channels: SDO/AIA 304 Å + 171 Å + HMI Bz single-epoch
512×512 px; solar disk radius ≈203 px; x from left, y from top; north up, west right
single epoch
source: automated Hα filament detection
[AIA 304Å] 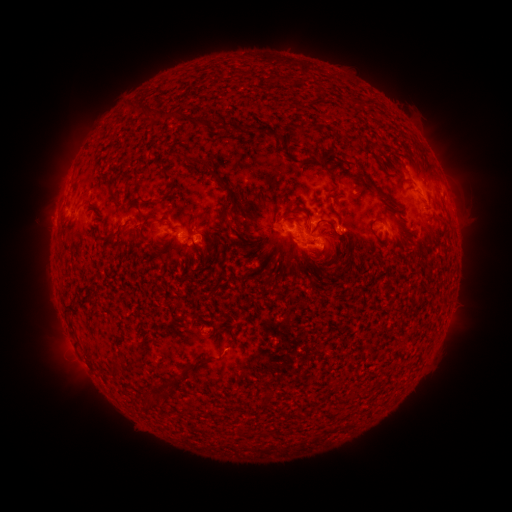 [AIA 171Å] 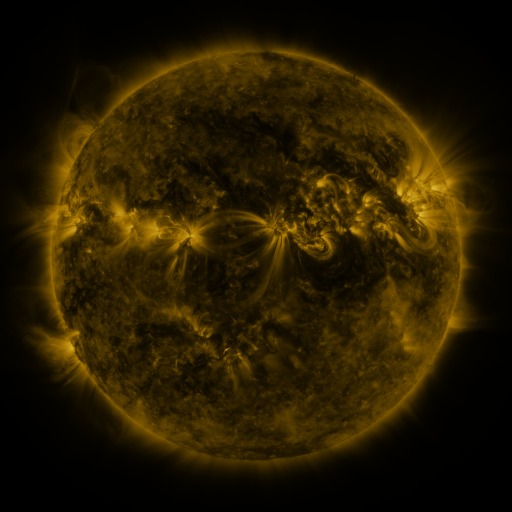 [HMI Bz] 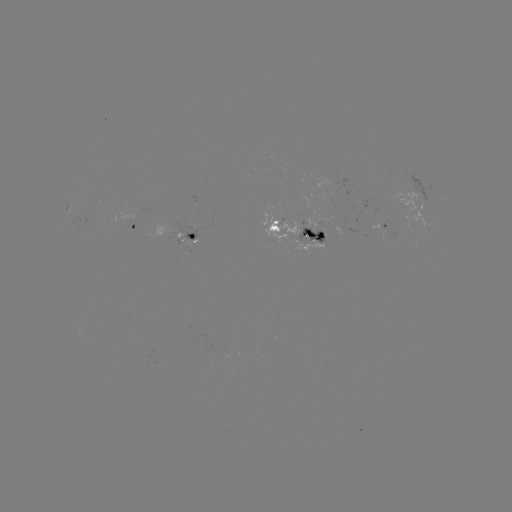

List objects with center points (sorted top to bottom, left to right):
filament: (321, 96)
filament: (150, 113)
filament: (301, 127)
filament: (377, 147)
filament: (287, 154)
filament: (325, 161)
filament: (201, 163)
filament: (344, 164)
filament: (167, 180)
filament: (228, 189)
filament: (375, 189)
filament: (112, 194)
filament: (184, 194)
filament: (297, 209)
filament: (225, 217)
filament: (338, 218)
filament: (325, 222)
filament: (114, 234)
filament: (191, 245)
filament: (350, 253)
filament: (327, 275)
filament: (68, 311)
filament: (232, 340)
filament: (202, 360)
filament: (114, 365)
filament: (165, 393)
